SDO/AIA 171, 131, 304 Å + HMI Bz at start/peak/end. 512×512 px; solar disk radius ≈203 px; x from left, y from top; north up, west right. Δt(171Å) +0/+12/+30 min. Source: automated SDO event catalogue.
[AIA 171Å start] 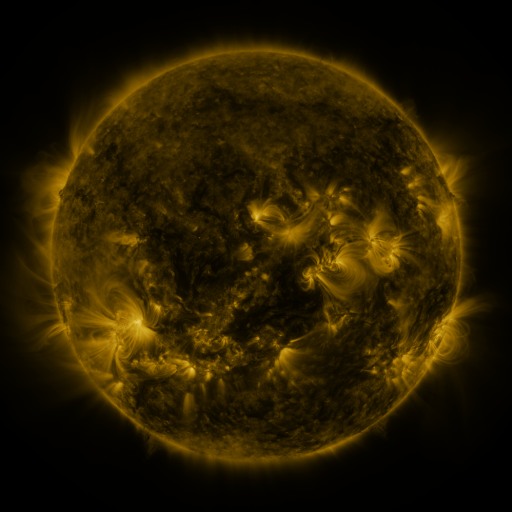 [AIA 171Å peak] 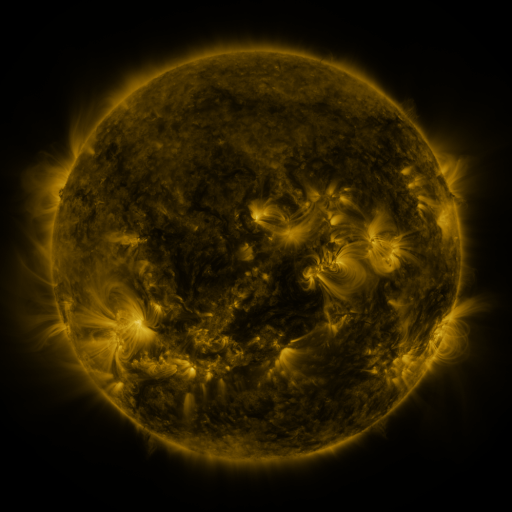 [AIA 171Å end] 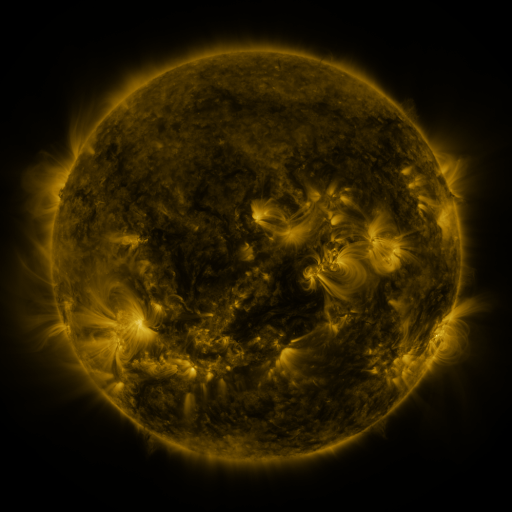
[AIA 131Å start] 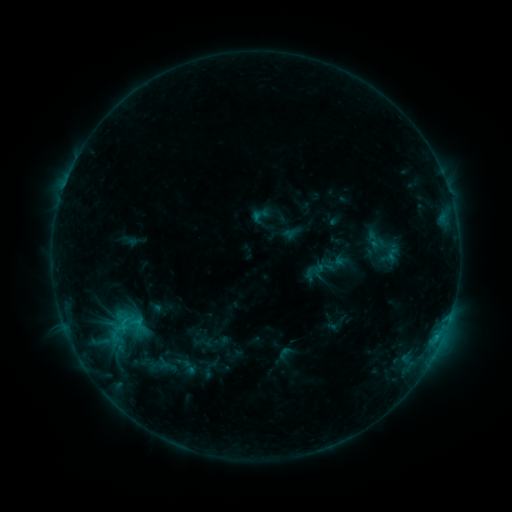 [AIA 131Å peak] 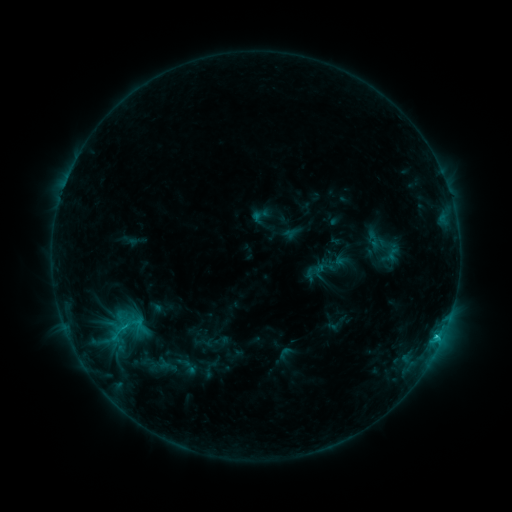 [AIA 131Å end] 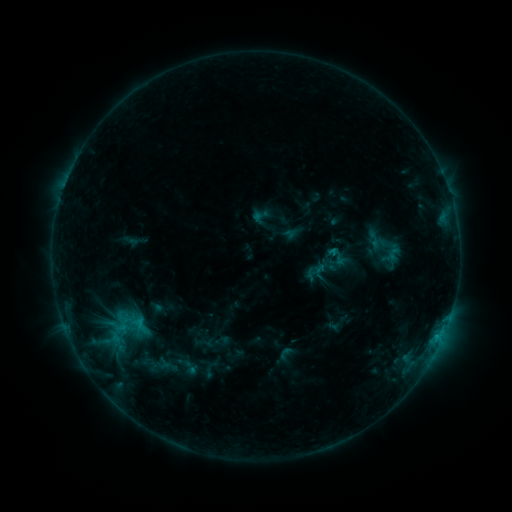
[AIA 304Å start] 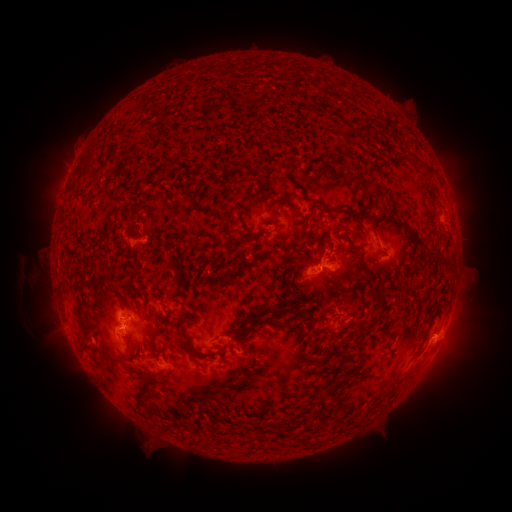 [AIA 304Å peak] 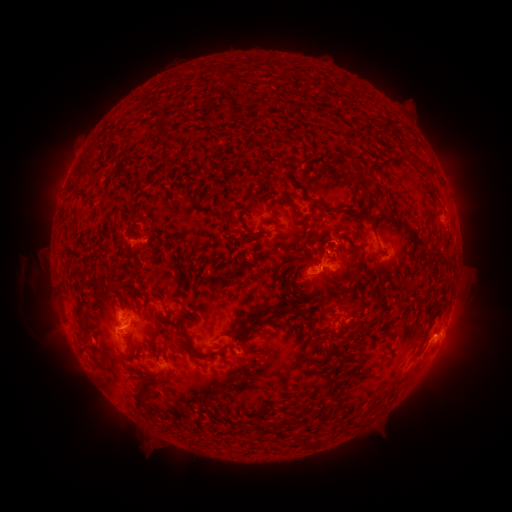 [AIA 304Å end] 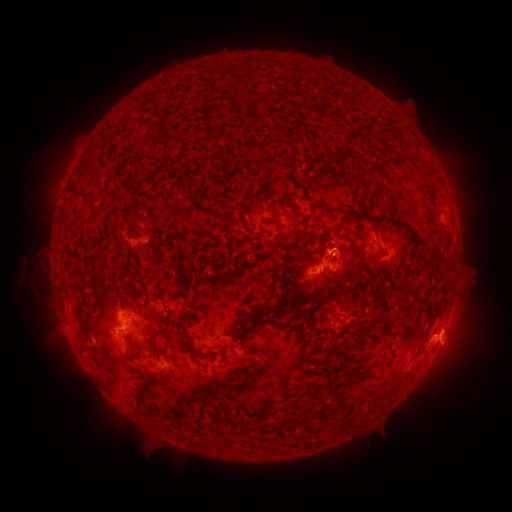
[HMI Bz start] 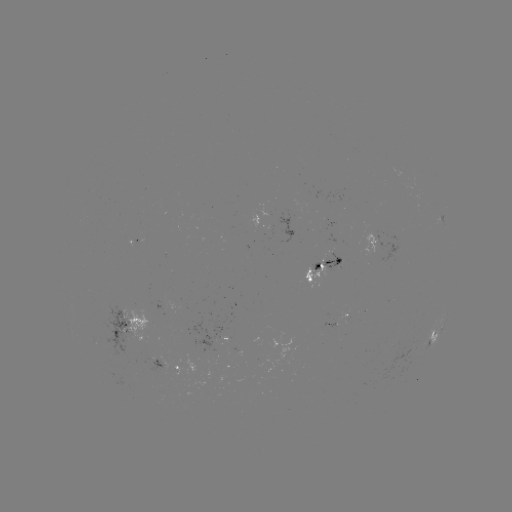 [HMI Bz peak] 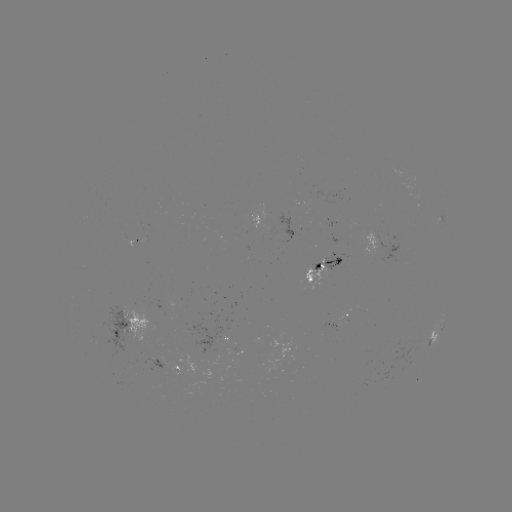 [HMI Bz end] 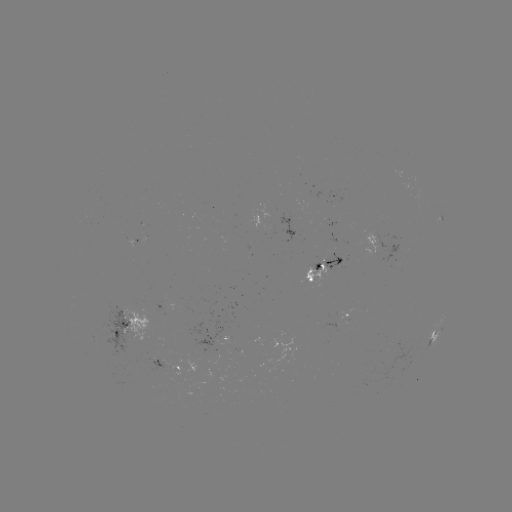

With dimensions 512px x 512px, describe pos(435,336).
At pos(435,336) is C1.2 flare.